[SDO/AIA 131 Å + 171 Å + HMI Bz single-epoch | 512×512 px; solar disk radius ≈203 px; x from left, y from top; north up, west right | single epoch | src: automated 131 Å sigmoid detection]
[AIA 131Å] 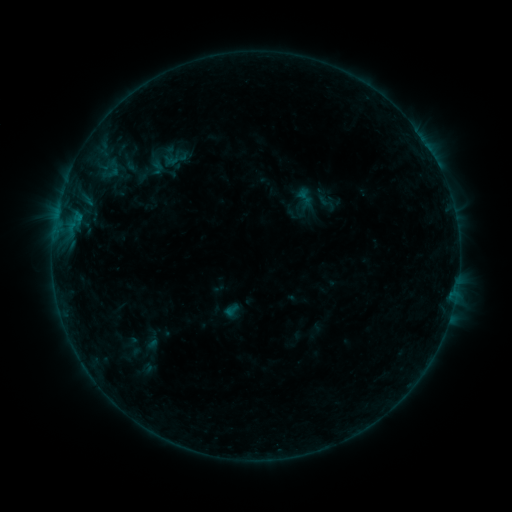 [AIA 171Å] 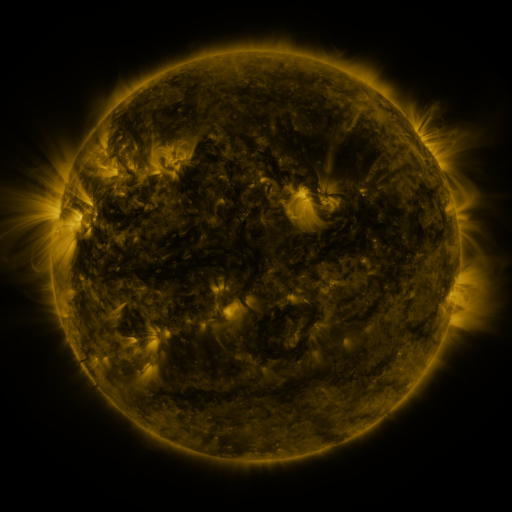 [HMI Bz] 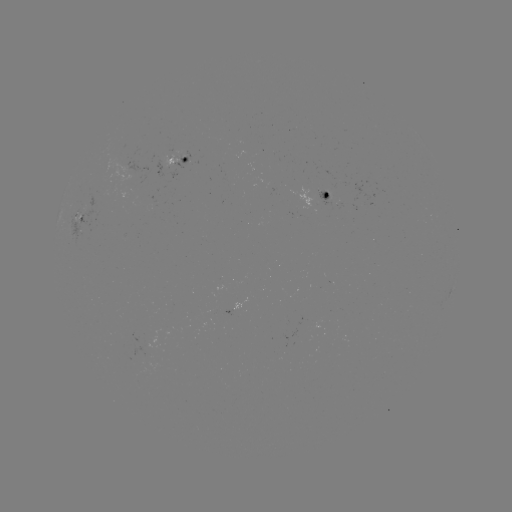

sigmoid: (315, 191, 338, 214)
